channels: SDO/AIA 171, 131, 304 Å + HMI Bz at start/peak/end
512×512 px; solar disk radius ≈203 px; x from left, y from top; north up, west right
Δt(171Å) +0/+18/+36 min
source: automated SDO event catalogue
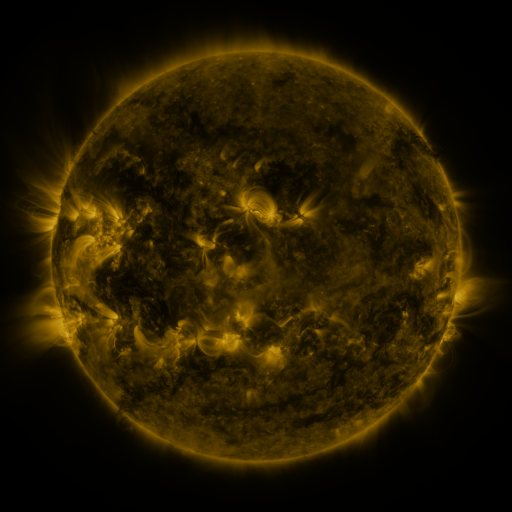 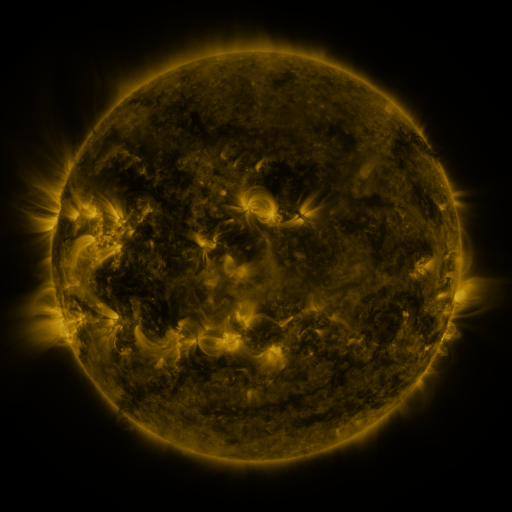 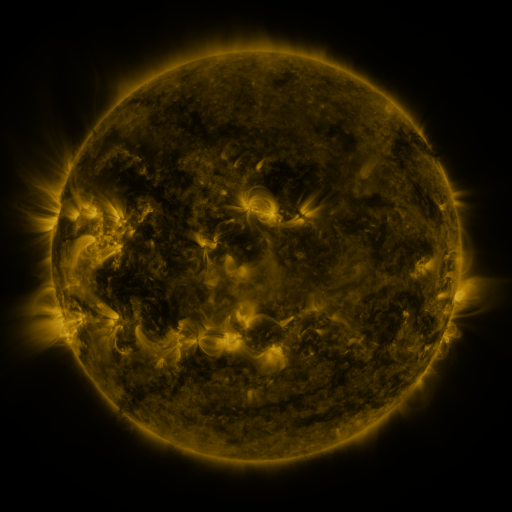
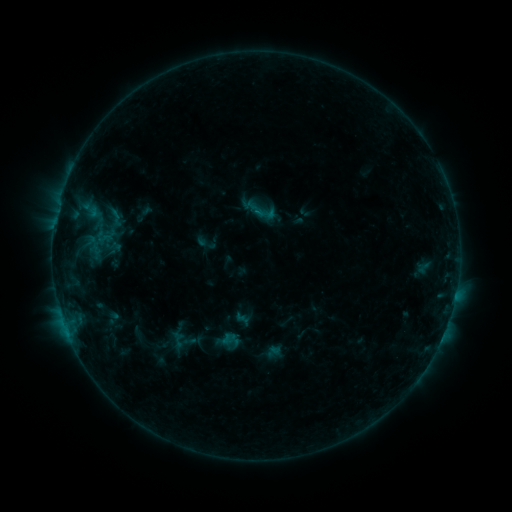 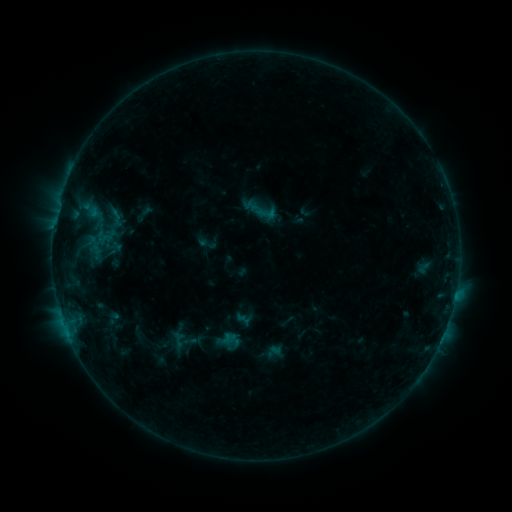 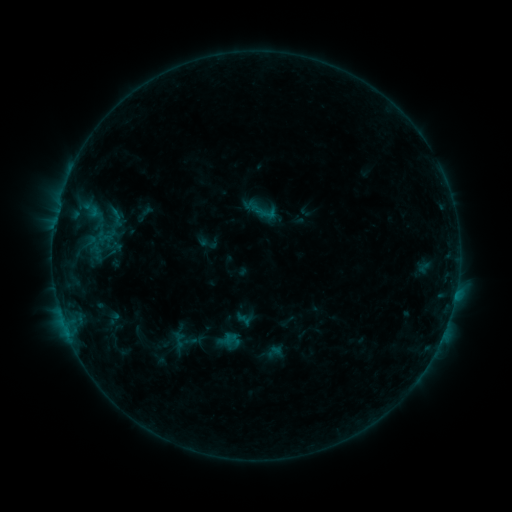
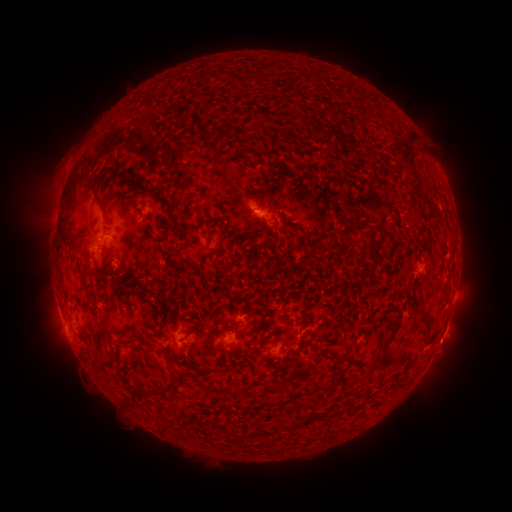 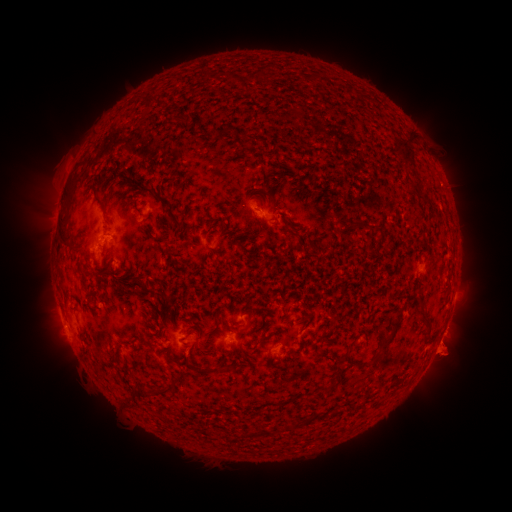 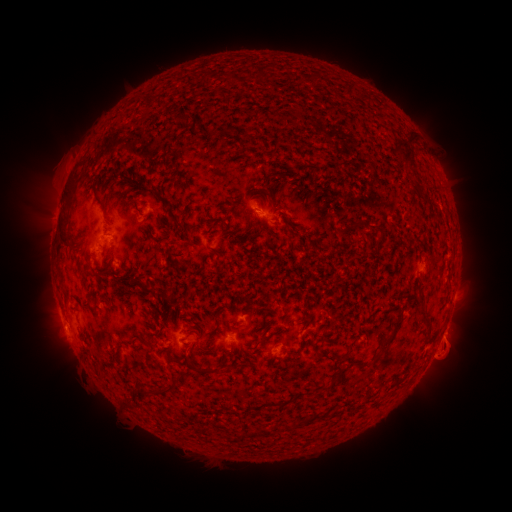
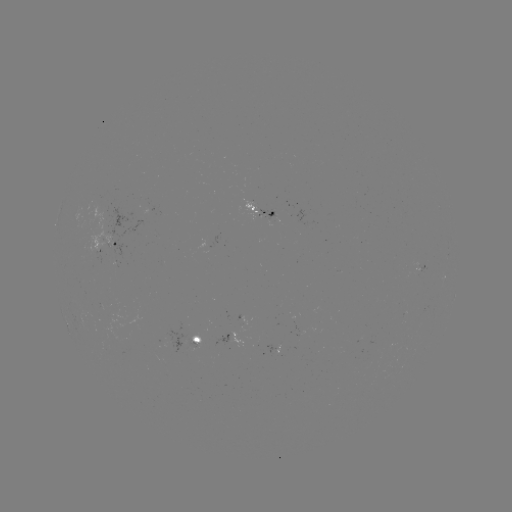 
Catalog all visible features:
eruption: (447, 357)
